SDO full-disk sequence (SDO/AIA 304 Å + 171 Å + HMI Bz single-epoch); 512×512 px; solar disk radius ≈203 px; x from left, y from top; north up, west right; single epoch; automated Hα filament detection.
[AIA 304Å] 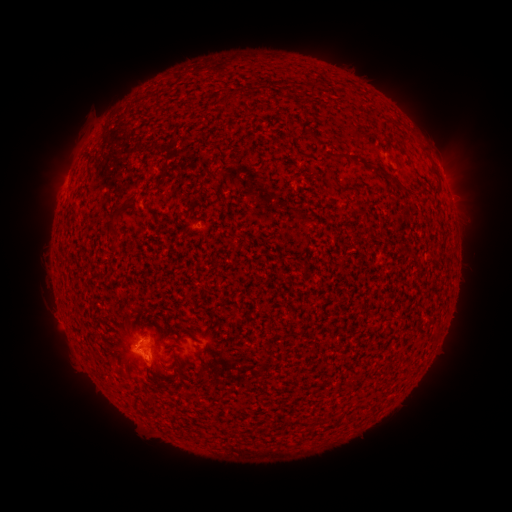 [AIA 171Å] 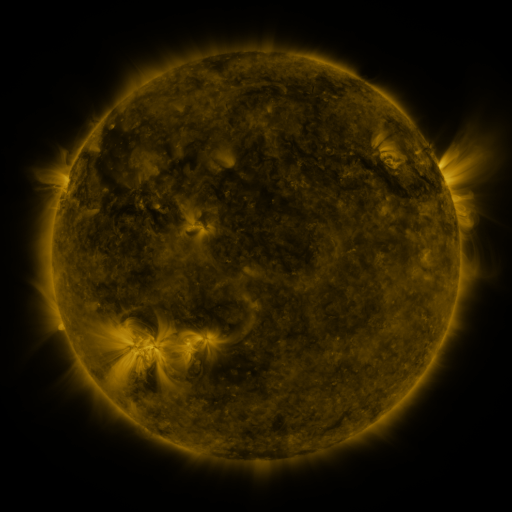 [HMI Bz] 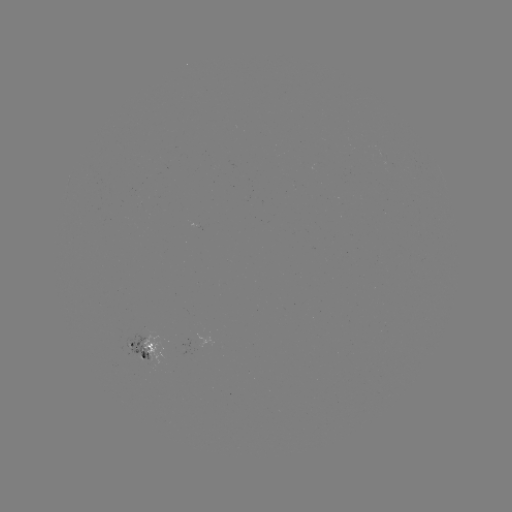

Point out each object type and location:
filament: (313, 89)
filament: (226, 105)
filament: (348, 156)
filament: (399, 164)
filament: (114, 216)
filament: (168, 388)
